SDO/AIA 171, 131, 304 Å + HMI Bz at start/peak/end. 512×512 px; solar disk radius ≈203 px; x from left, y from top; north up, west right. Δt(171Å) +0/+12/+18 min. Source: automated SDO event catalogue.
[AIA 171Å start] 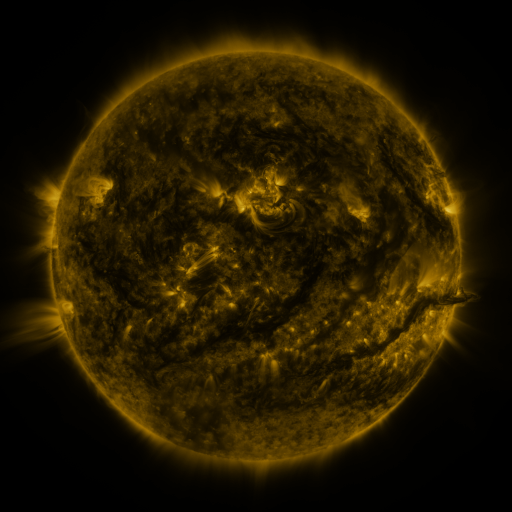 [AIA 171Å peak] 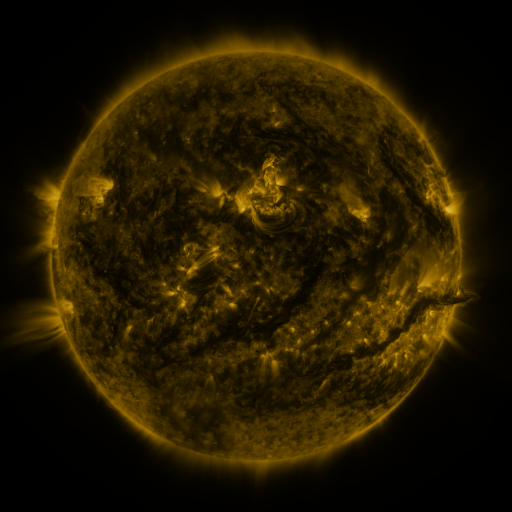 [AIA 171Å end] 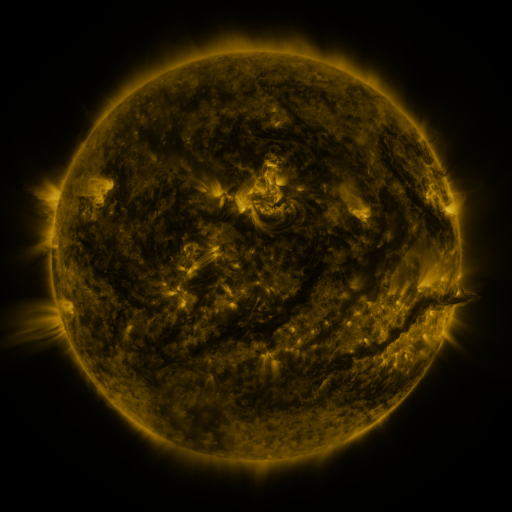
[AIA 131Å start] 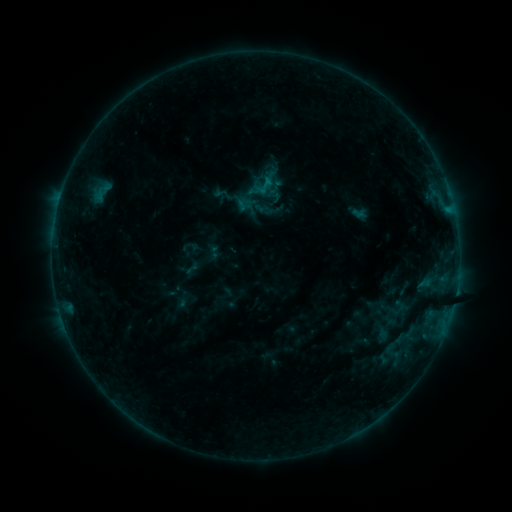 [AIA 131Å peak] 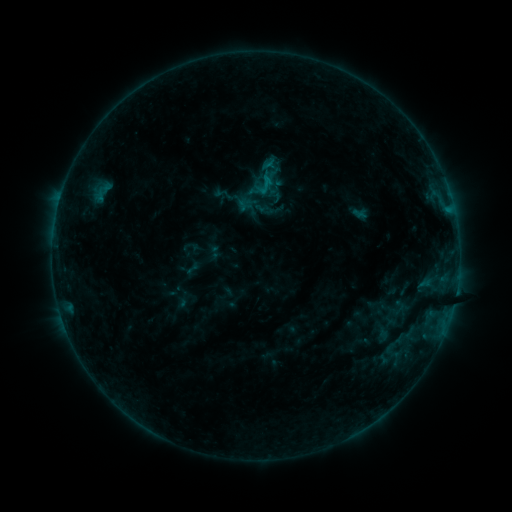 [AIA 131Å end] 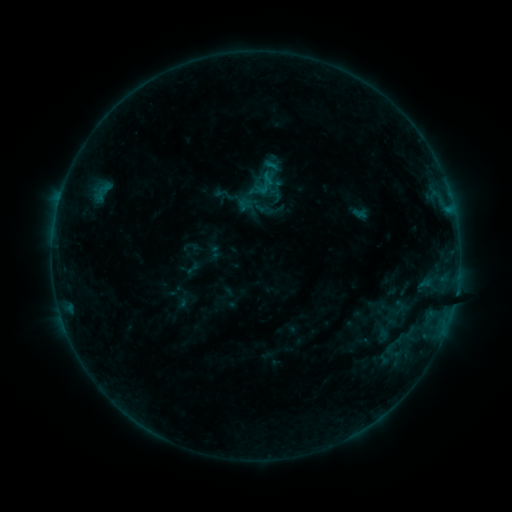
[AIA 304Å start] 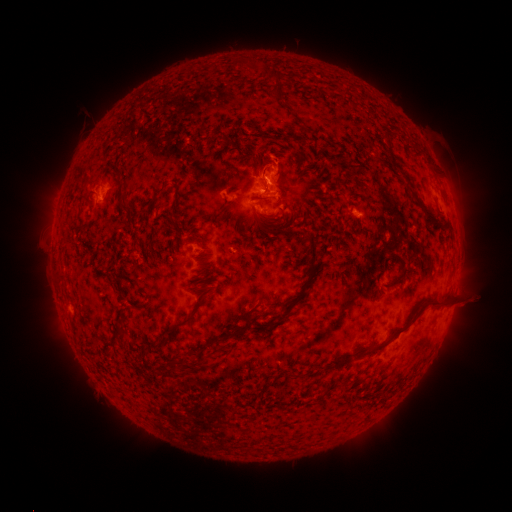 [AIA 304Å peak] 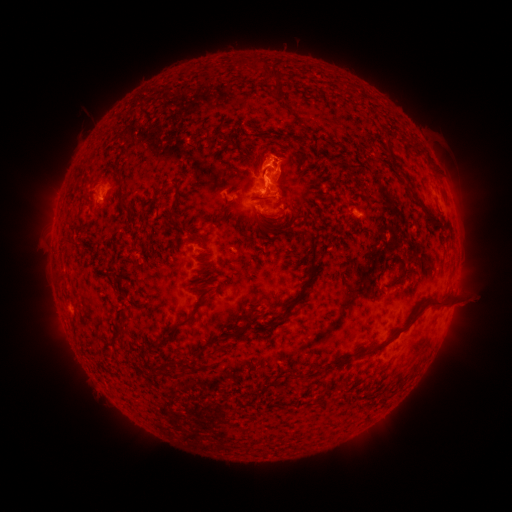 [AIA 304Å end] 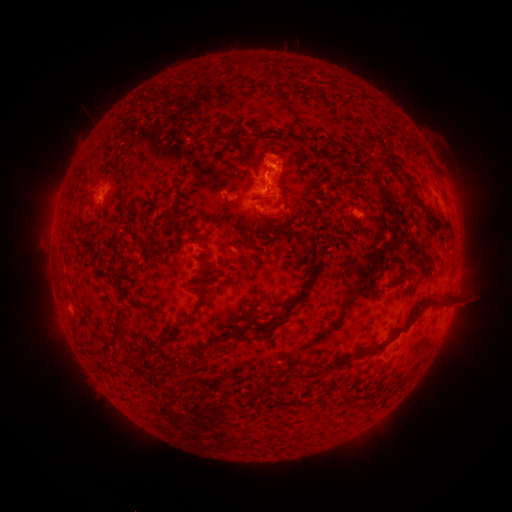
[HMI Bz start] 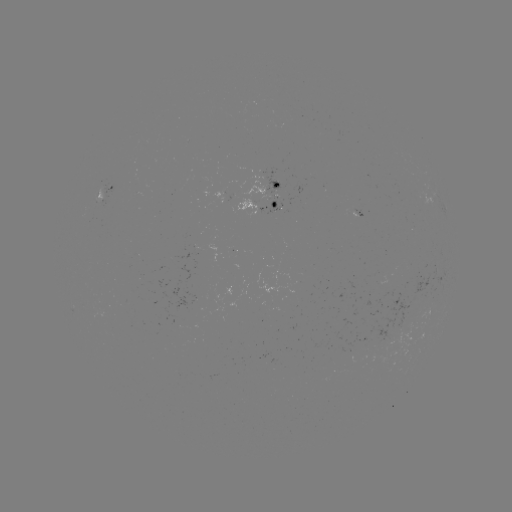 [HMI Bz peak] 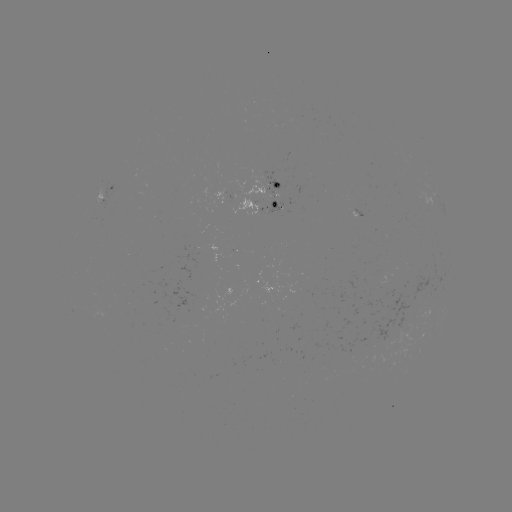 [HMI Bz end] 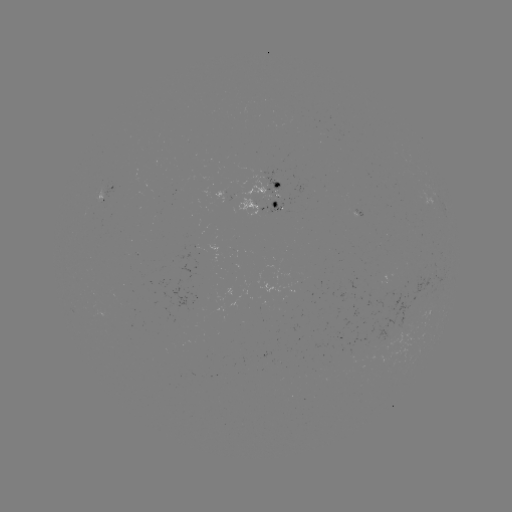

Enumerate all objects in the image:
eruption: (273, 164)
